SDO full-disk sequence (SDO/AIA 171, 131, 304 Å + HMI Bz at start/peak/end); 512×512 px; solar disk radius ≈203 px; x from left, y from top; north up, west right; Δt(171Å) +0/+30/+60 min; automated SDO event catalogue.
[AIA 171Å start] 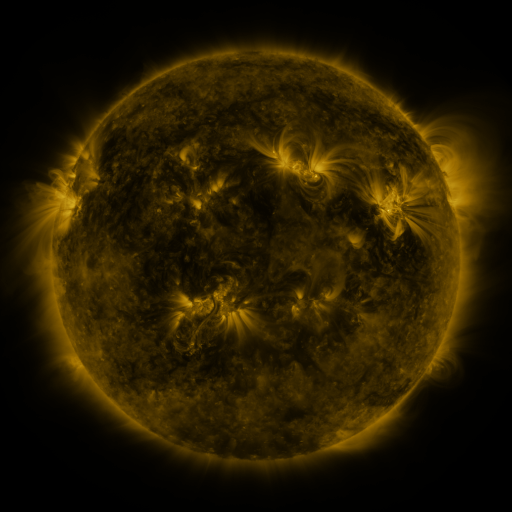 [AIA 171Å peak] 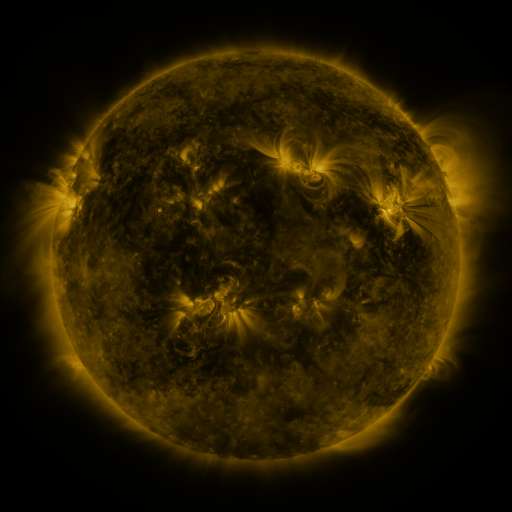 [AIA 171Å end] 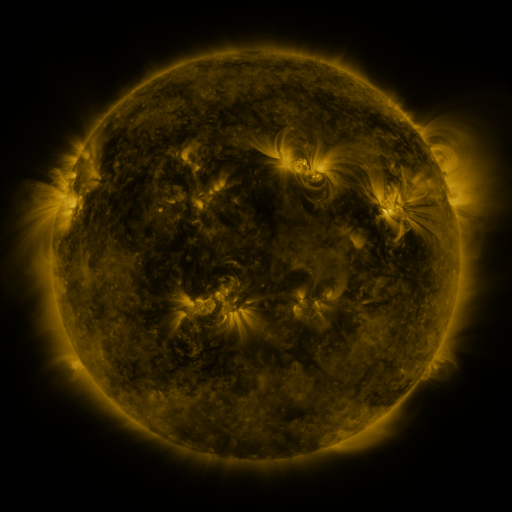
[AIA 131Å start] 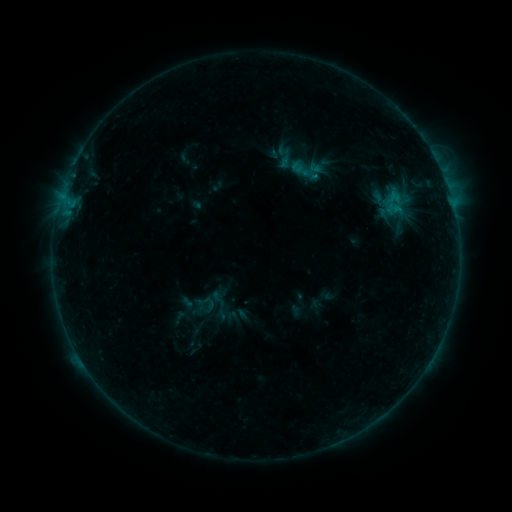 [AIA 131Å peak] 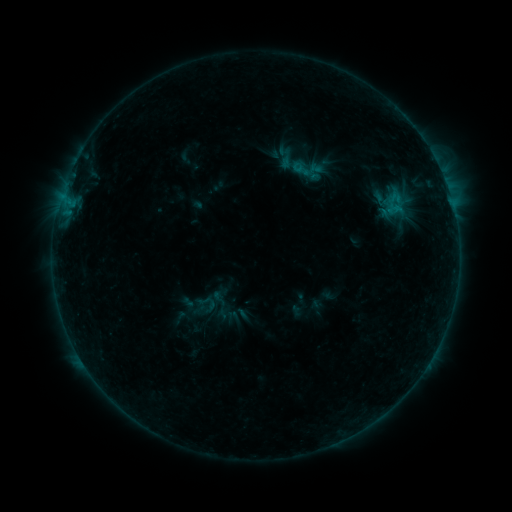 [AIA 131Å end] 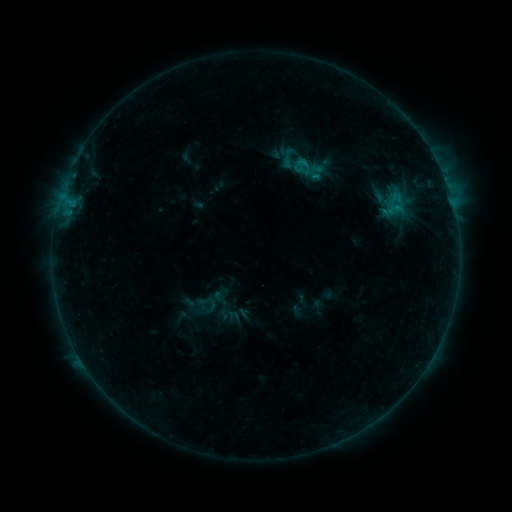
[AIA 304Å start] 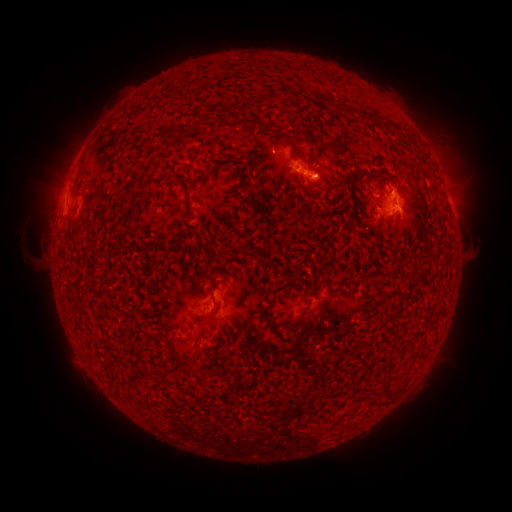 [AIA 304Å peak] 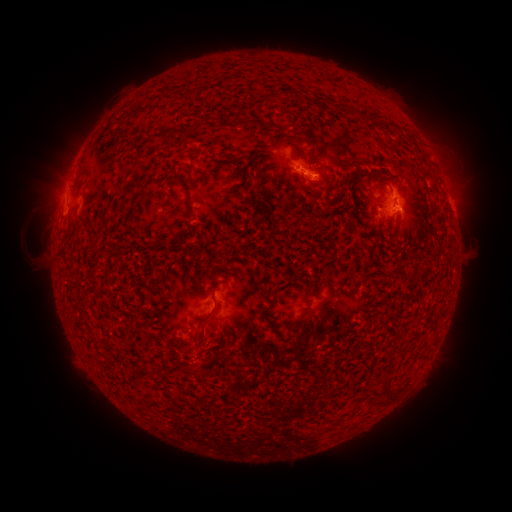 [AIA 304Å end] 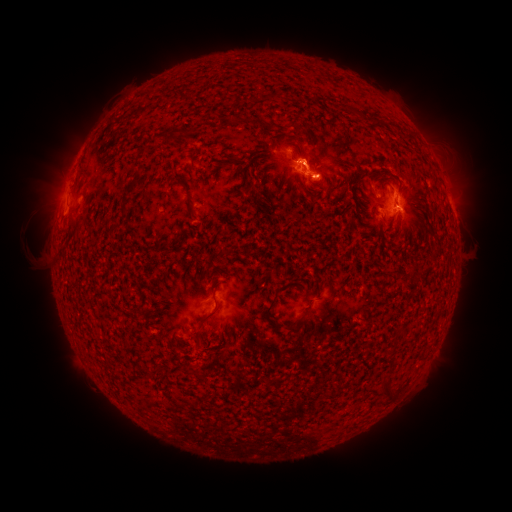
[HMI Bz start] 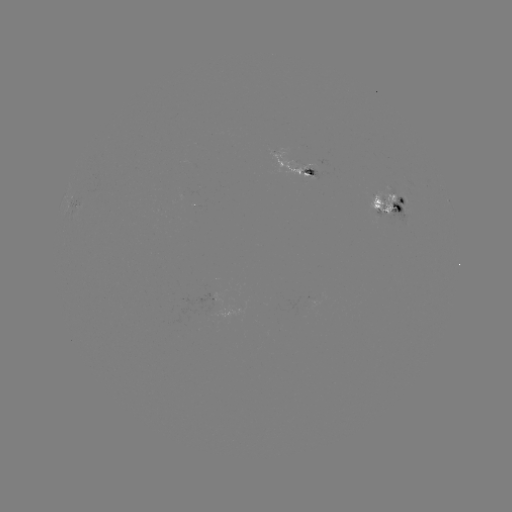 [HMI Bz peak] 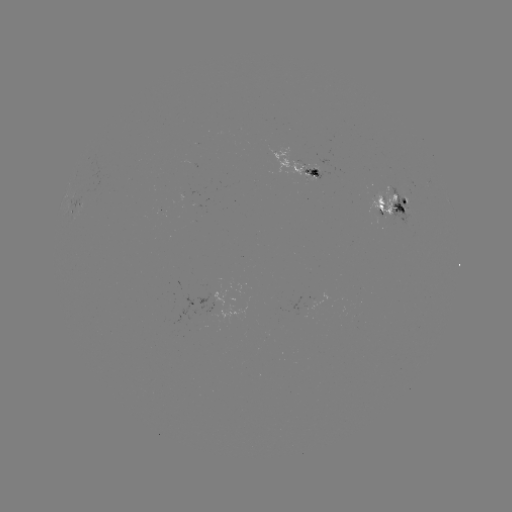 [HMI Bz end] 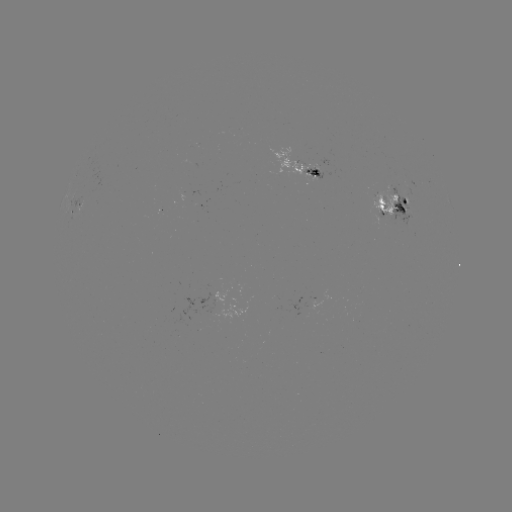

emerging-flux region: <bbox>365, 190, 399, 218</bbox>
